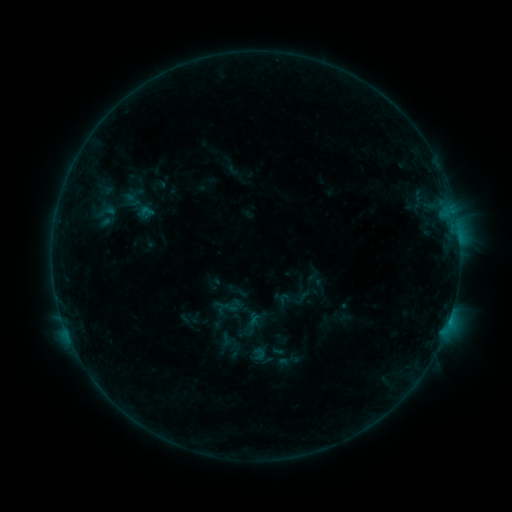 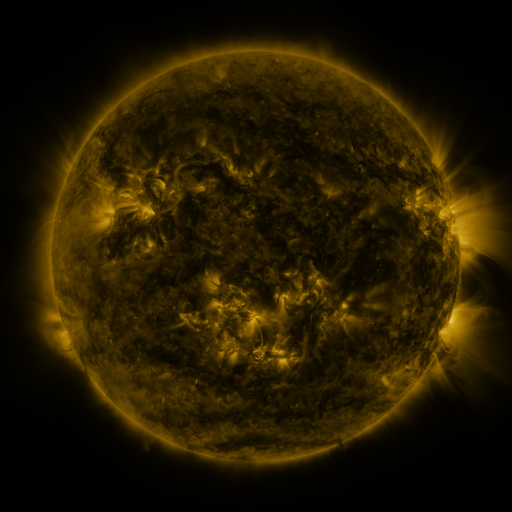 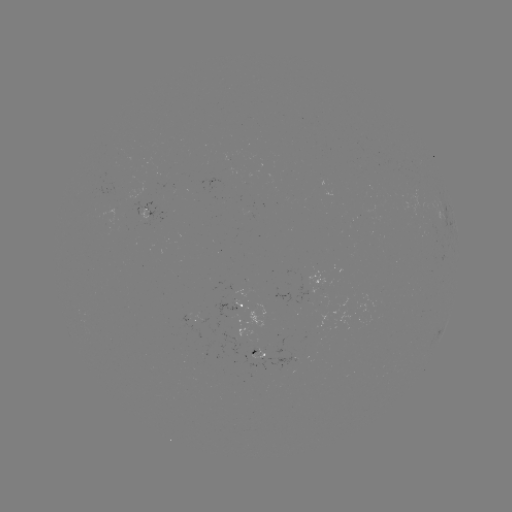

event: sigmoid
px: (148, 212)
